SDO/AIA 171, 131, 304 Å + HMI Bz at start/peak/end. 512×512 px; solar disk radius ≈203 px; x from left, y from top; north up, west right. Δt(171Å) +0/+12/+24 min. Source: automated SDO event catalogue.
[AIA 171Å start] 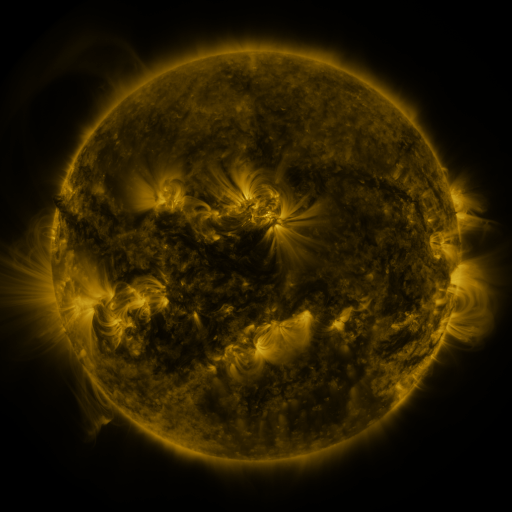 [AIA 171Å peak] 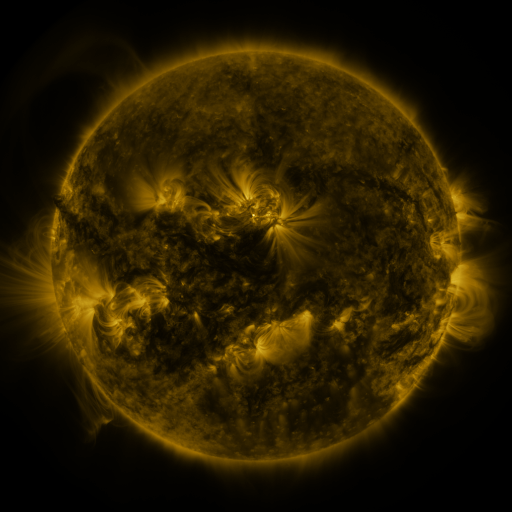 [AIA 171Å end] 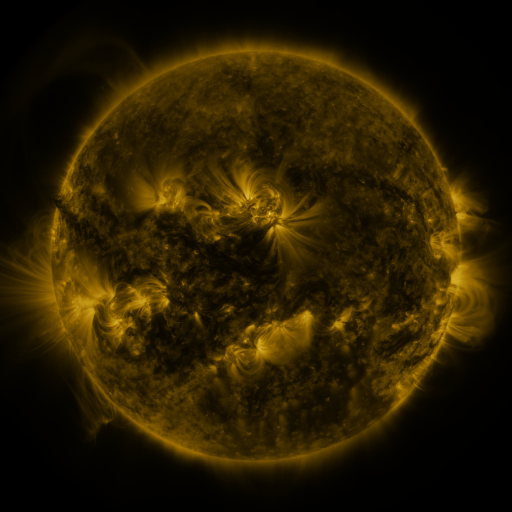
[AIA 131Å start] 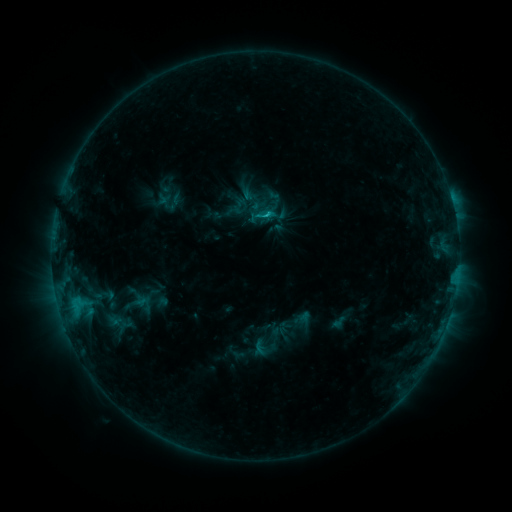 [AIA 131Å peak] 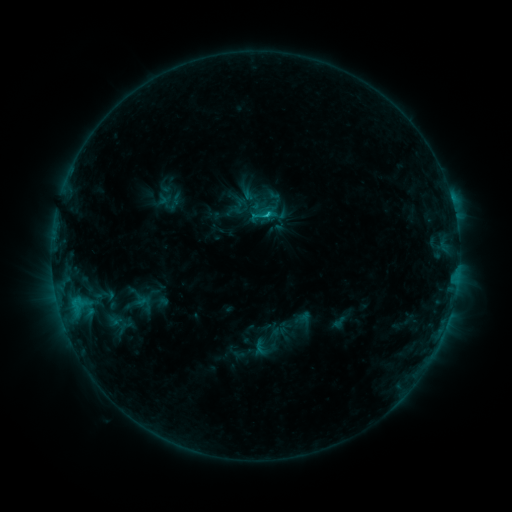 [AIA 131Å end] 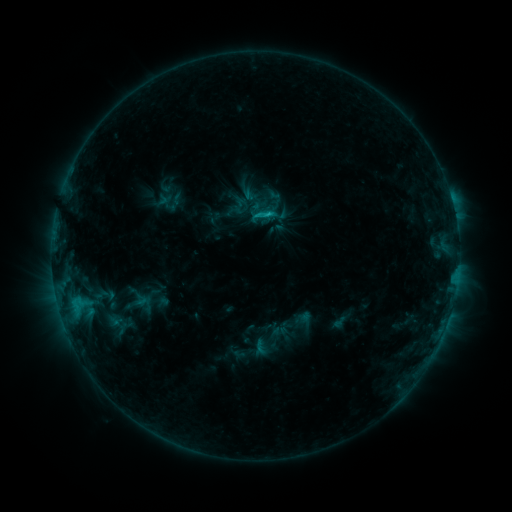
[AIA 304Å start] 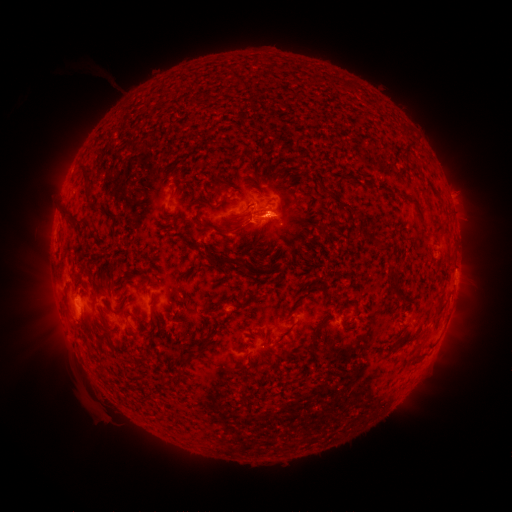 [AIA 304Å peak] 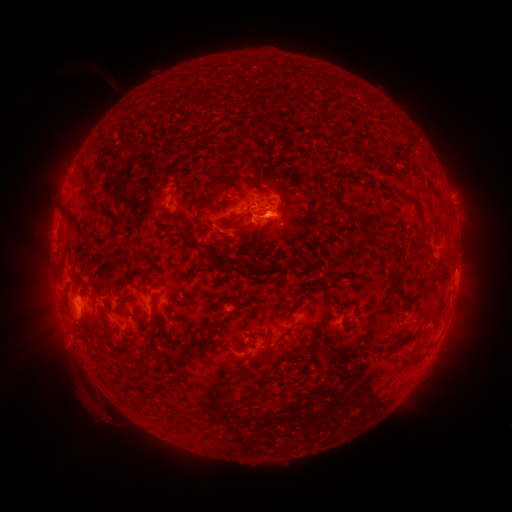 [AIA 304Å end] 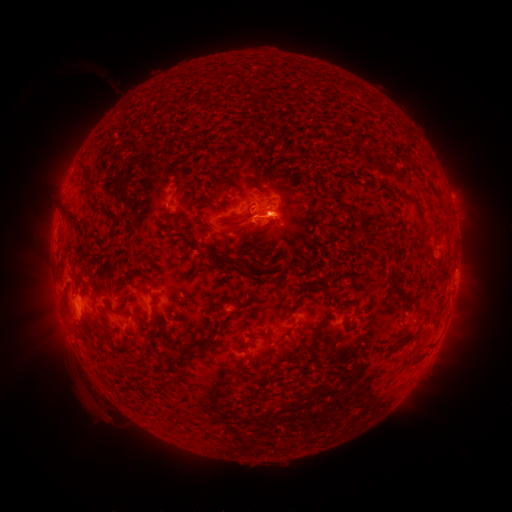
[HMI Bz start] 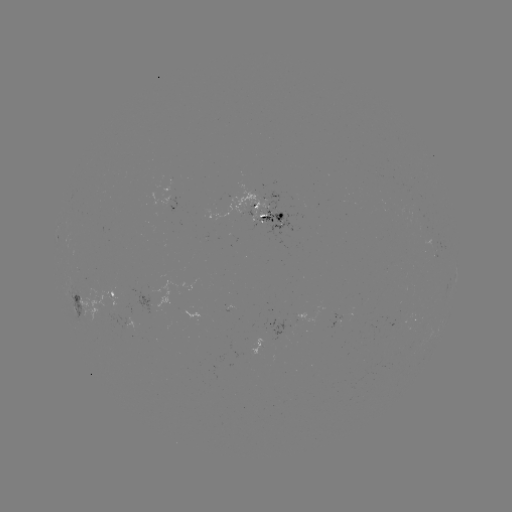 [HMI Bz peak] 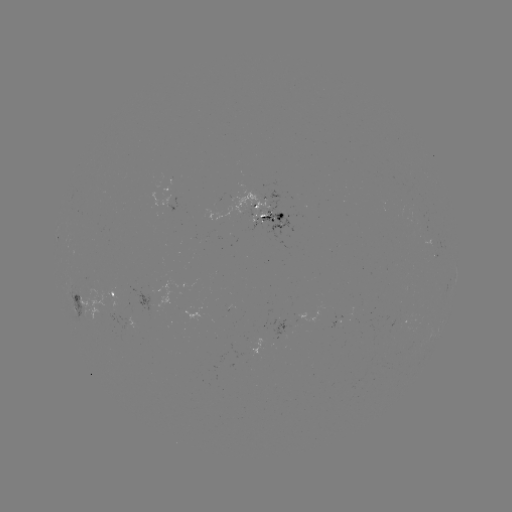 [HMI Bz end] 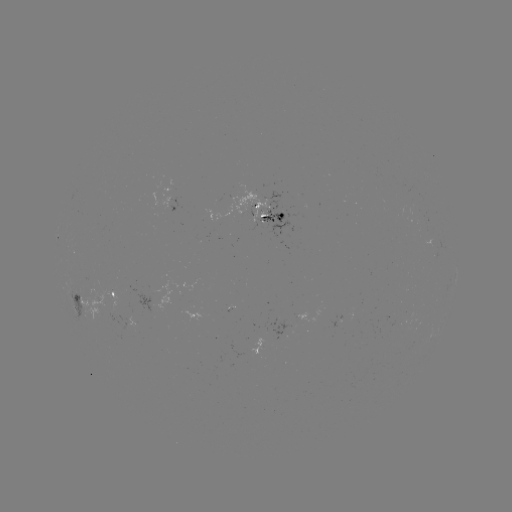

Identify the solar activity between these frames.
eruption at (235, 233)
